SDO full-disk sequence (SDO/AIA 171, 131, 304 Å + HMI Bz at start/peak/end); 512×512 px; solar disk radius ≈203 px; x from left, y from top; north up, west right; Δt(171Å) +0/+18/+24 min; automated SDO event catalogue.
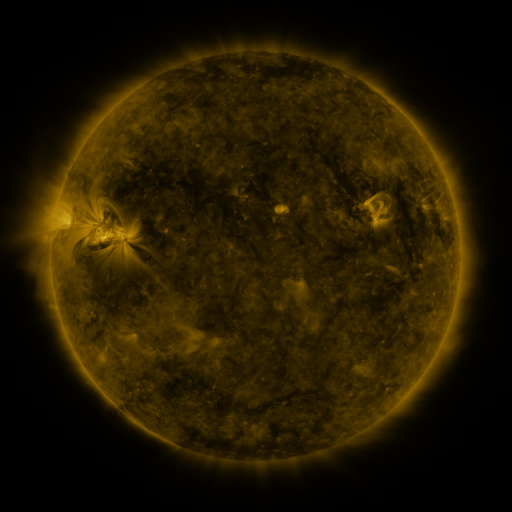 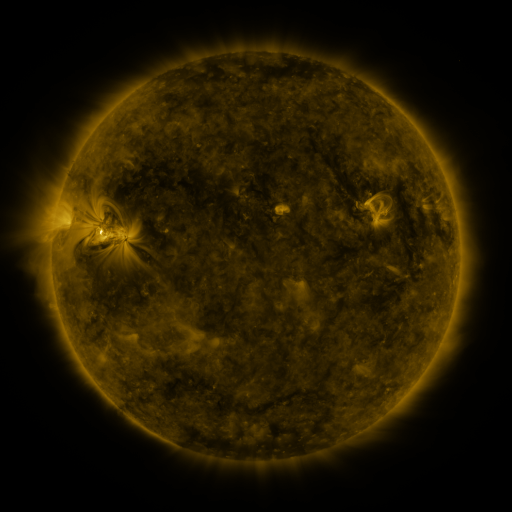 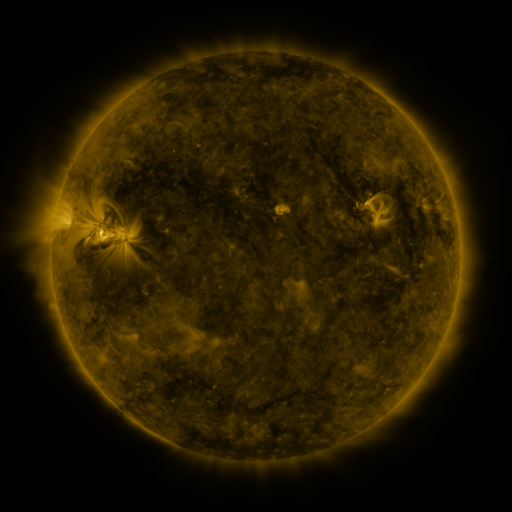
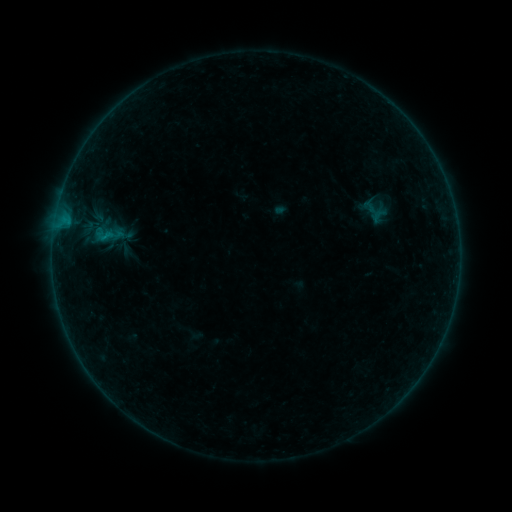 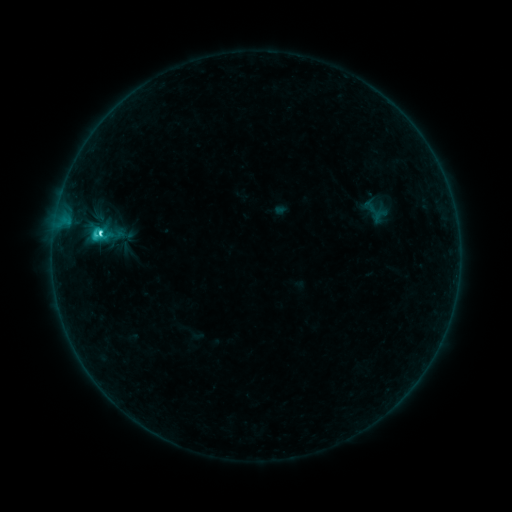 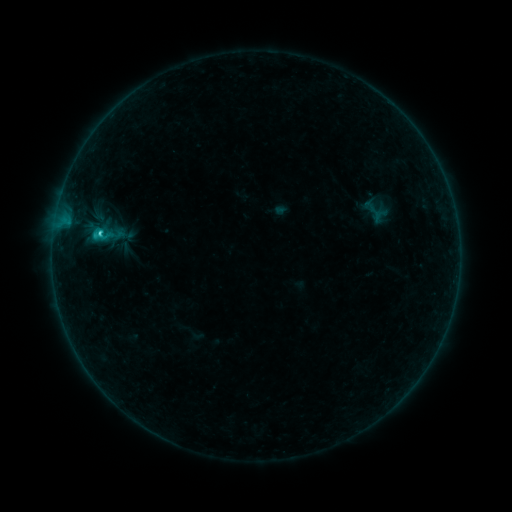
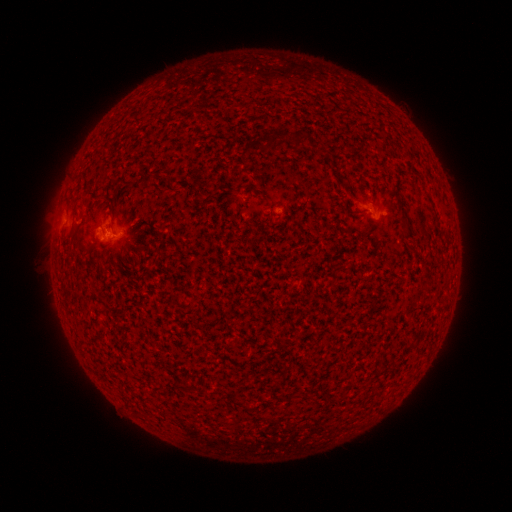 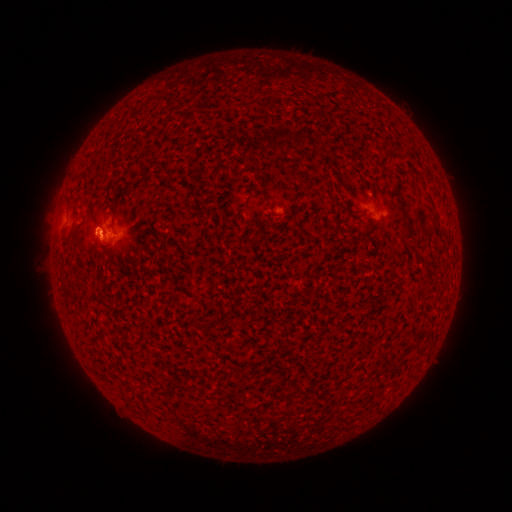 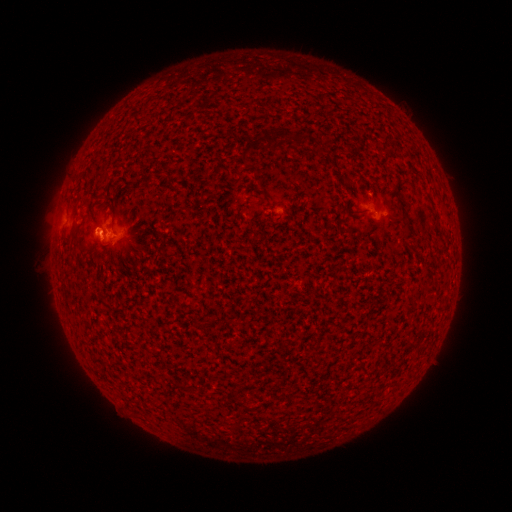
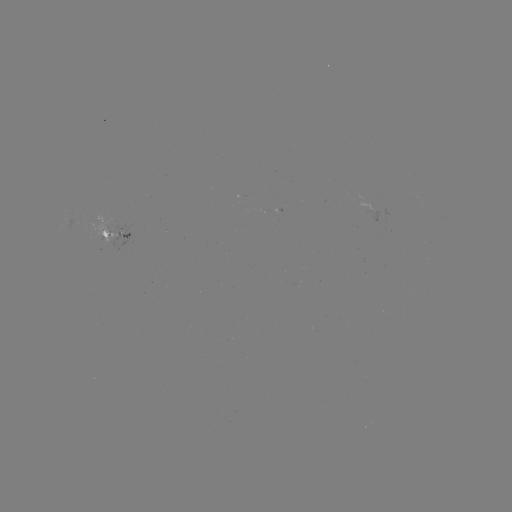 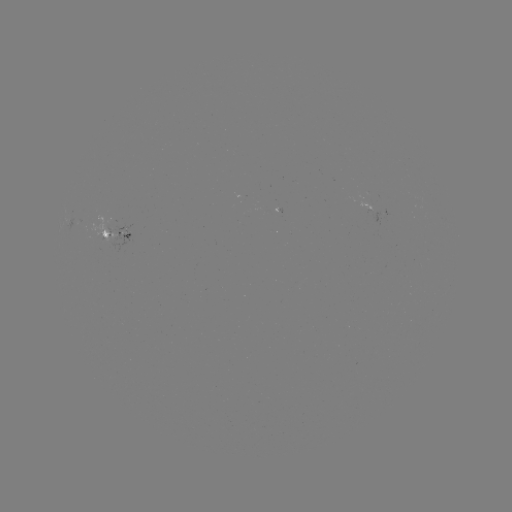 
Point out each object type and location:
C2.5 flare: (100, 233)
